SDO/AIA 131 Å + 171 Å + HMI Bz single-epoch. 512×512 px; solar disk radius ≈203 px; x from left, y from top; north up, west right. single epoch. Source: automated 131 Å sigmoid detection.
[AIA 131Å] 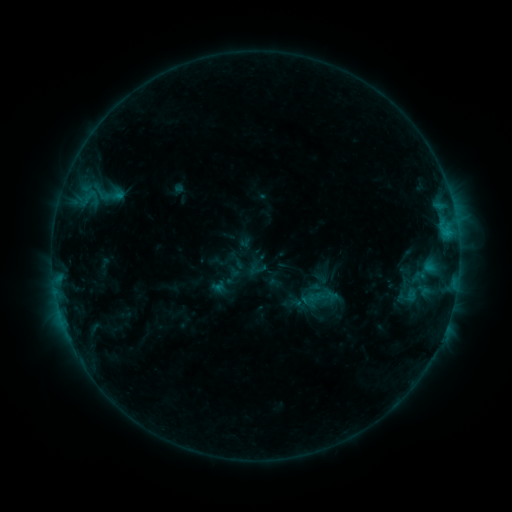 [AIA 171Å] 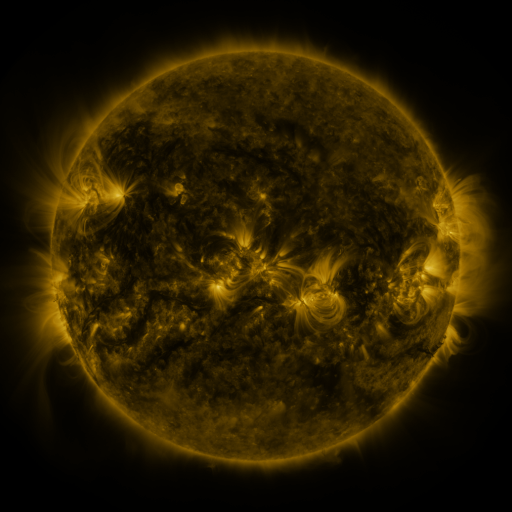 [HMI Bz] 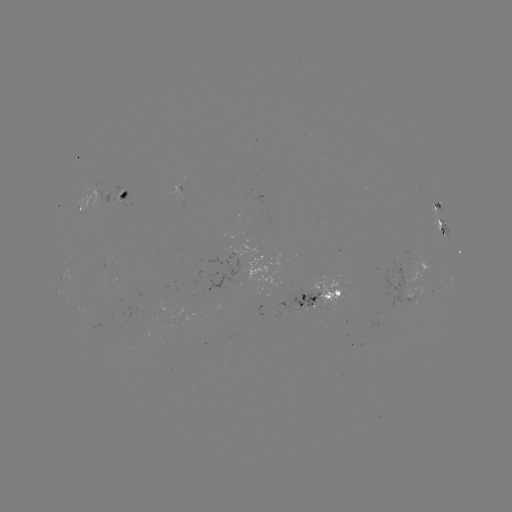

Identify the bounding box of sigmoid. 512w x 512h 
[298, 274, 341, 320].